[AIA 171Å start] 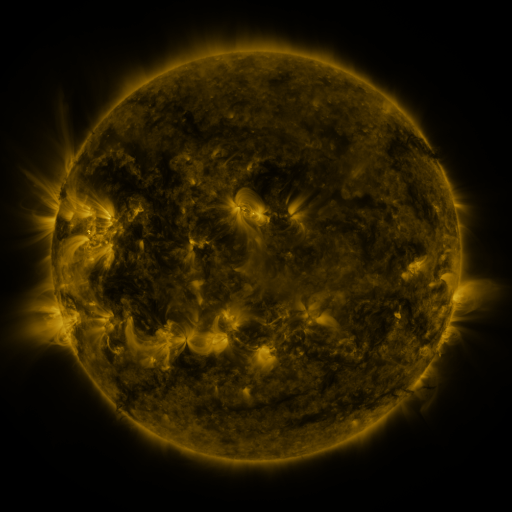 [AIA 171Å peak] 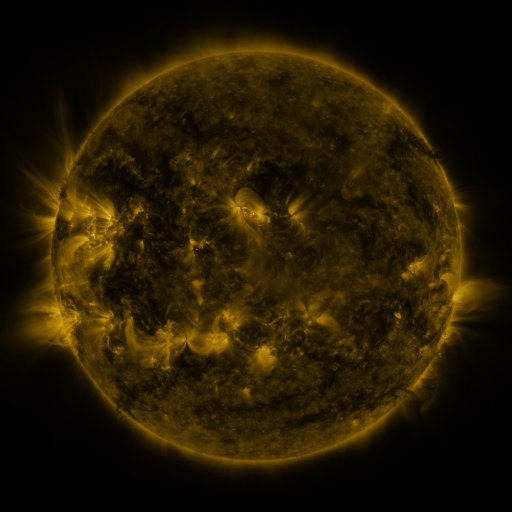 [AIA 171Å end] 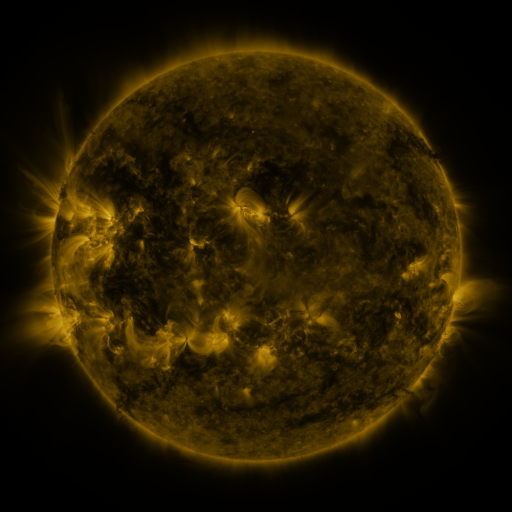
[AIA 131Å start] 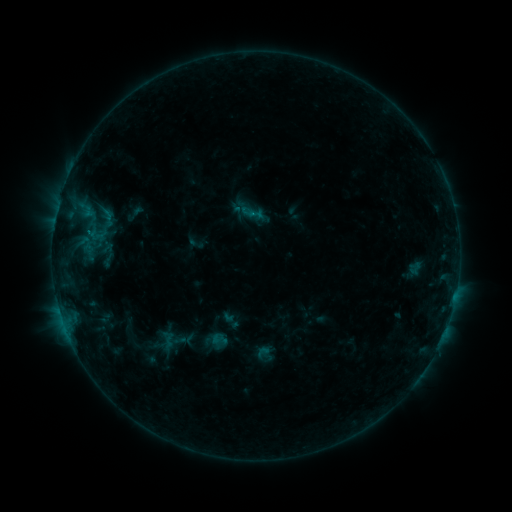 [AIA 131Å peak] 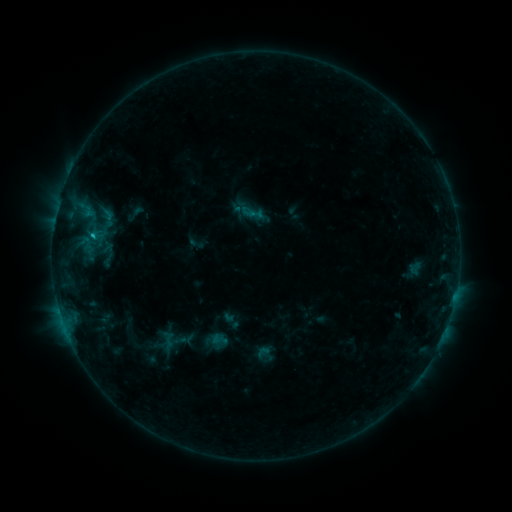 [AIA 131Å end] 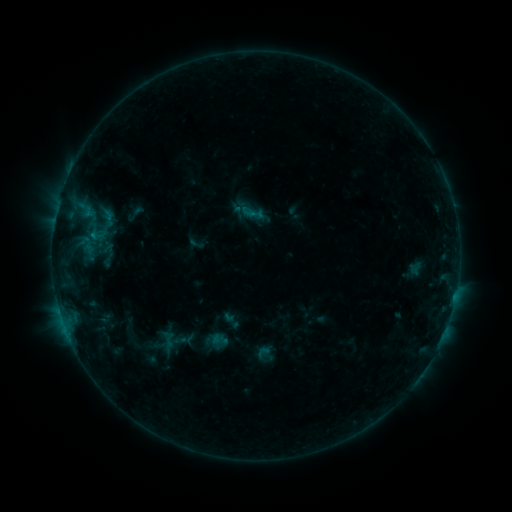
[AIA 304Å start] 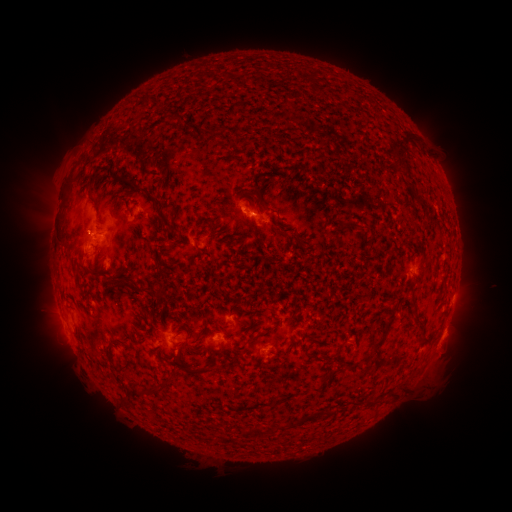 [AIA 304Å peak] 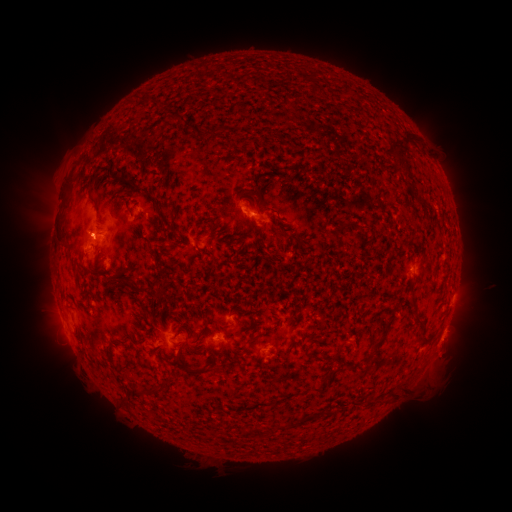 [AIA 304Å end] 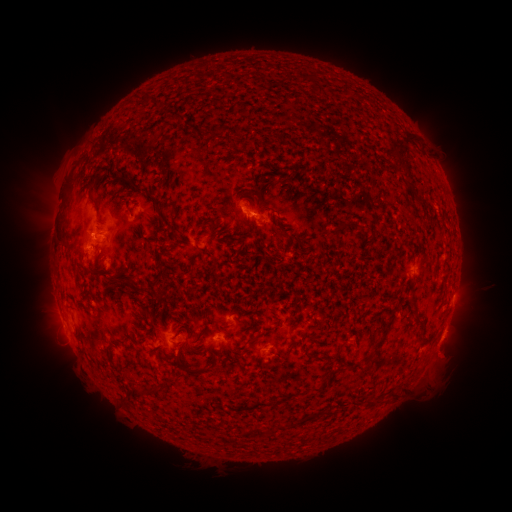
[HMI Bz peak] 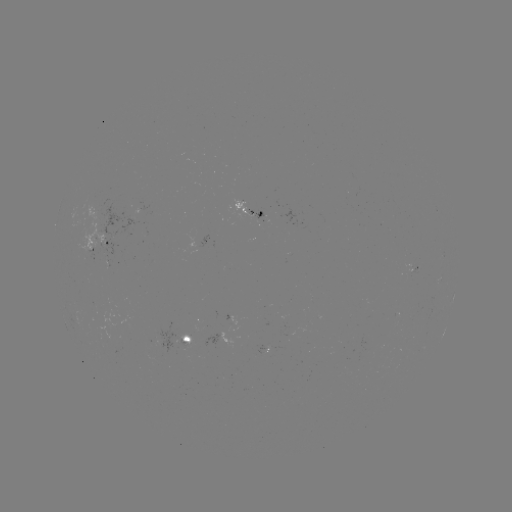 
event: flare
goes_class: B6.0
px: (93, 238)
